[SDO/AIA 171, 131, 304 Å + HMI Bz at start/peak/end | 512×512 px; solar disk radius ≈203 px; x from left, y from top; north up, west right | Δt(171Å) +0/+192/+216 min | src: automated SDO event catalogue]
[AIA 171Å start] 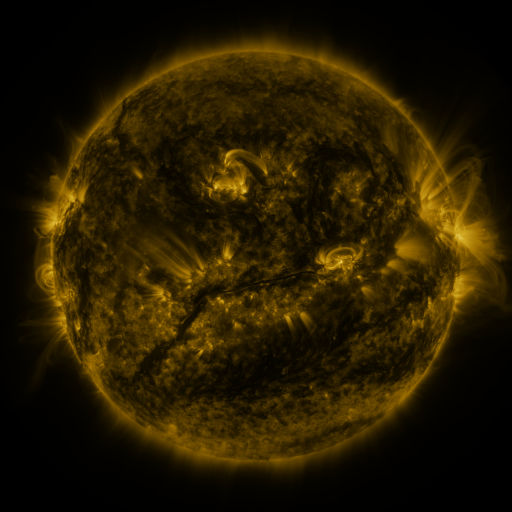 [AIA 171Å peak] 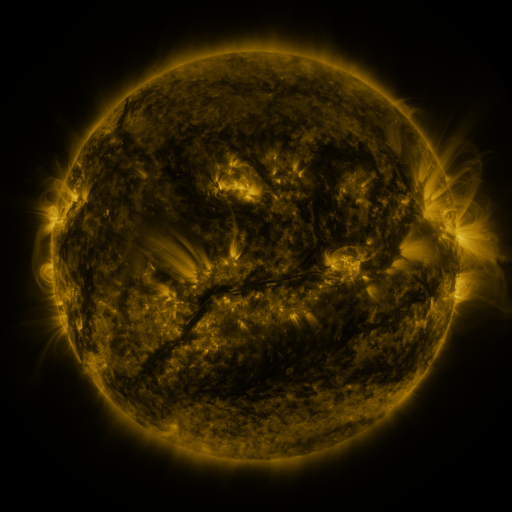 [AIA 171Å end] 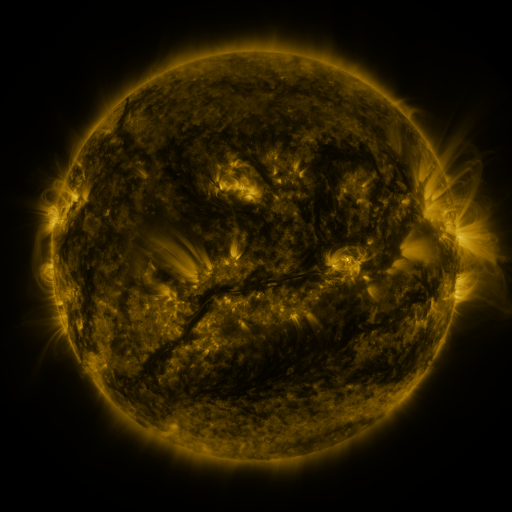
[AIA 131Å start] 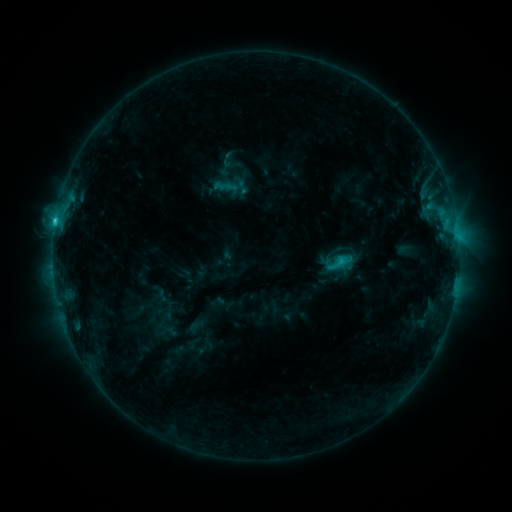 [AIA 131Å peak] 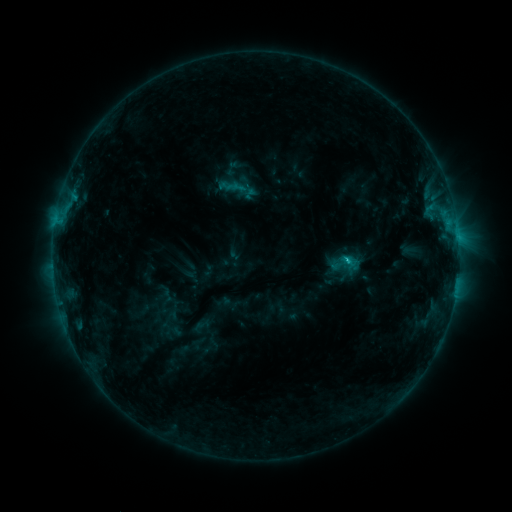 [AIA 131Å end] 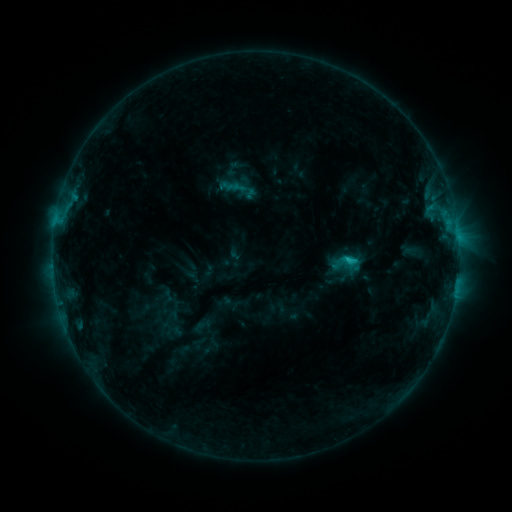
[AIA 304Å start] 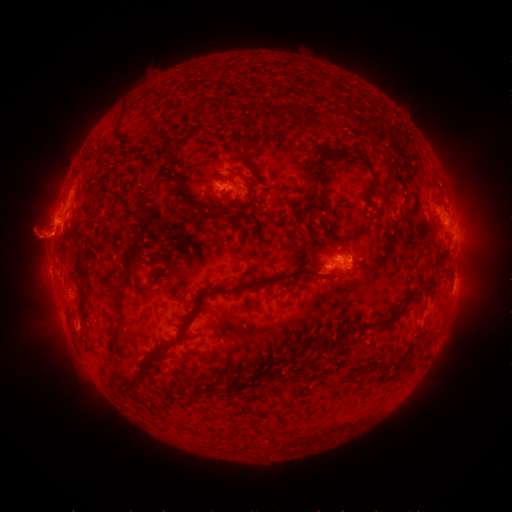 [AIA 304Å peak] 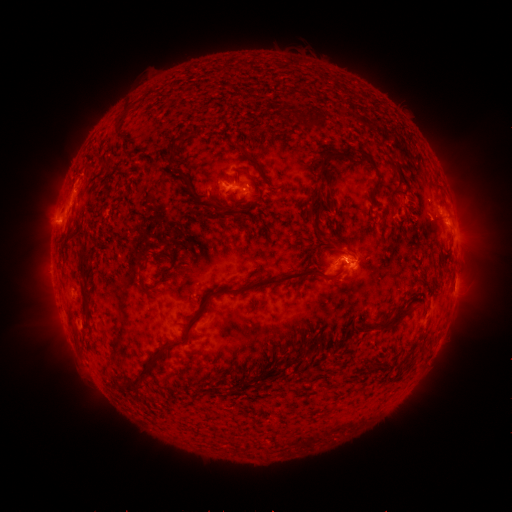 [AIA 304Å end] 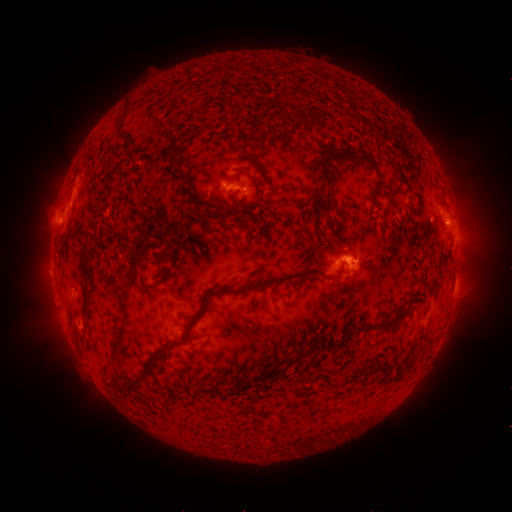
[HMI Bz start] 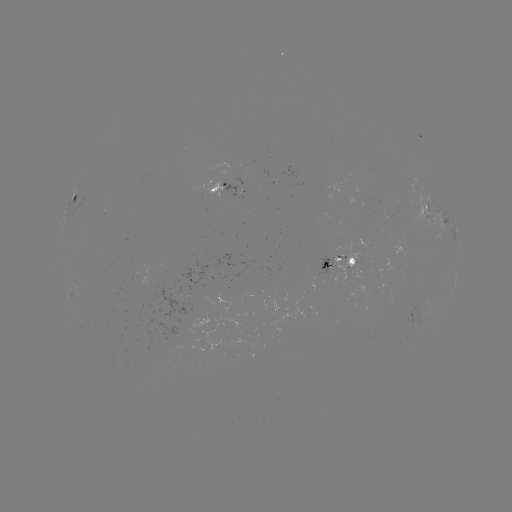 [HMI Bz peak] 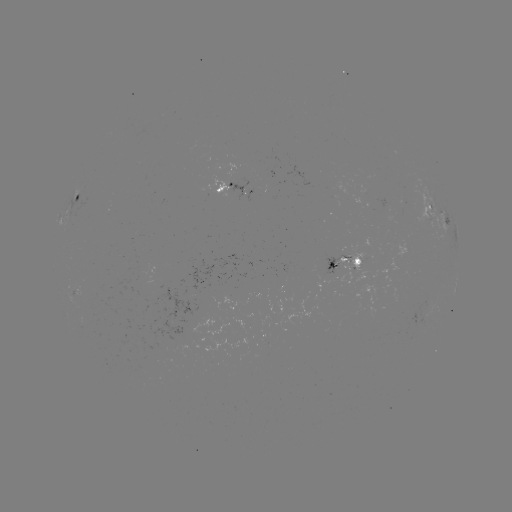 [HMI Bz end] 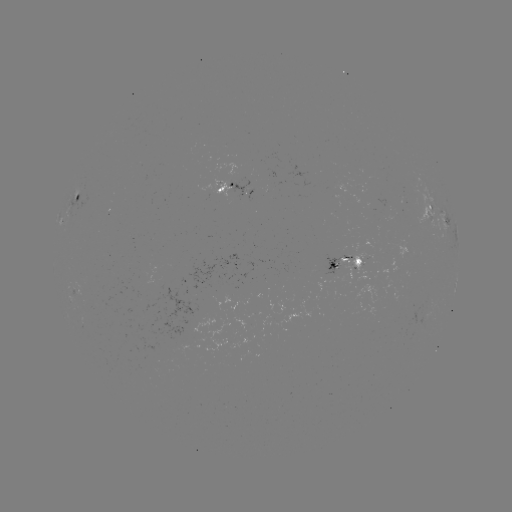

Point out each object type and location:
emerging-flux region: (250, 191)
